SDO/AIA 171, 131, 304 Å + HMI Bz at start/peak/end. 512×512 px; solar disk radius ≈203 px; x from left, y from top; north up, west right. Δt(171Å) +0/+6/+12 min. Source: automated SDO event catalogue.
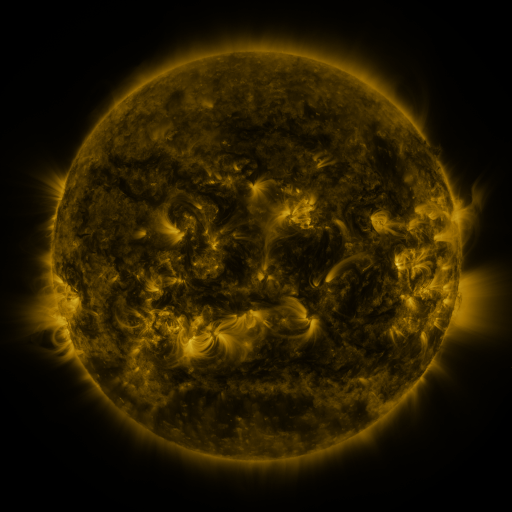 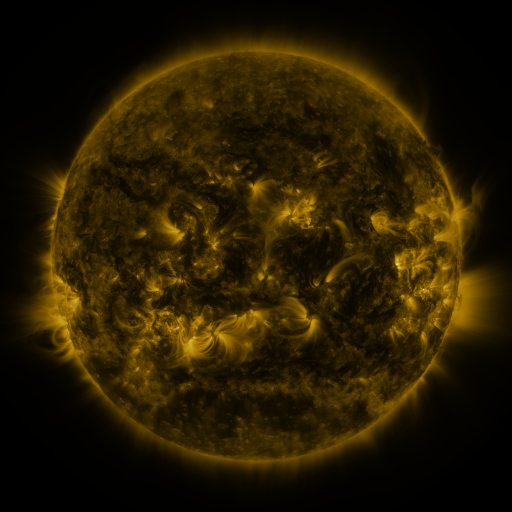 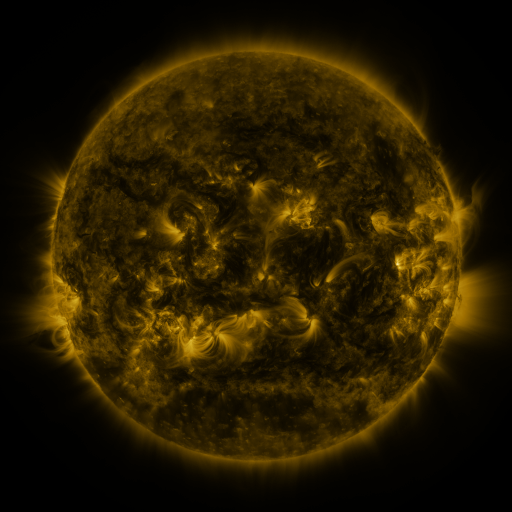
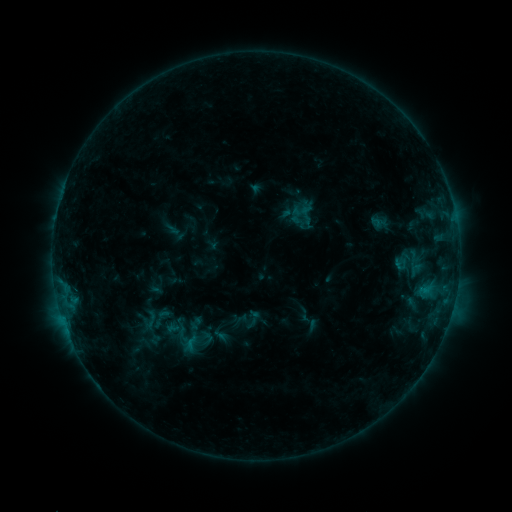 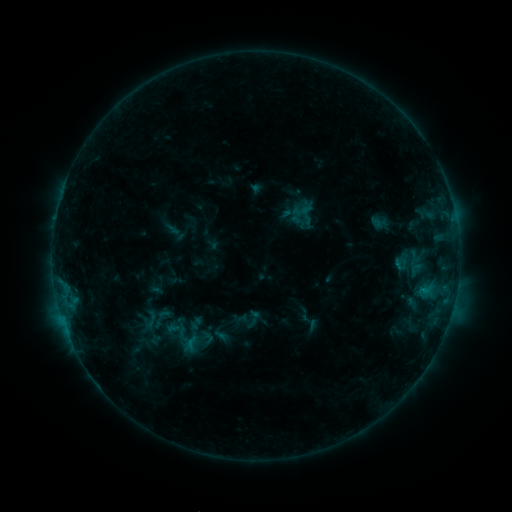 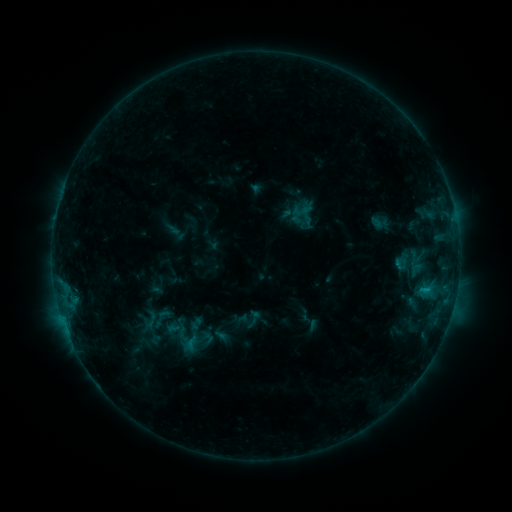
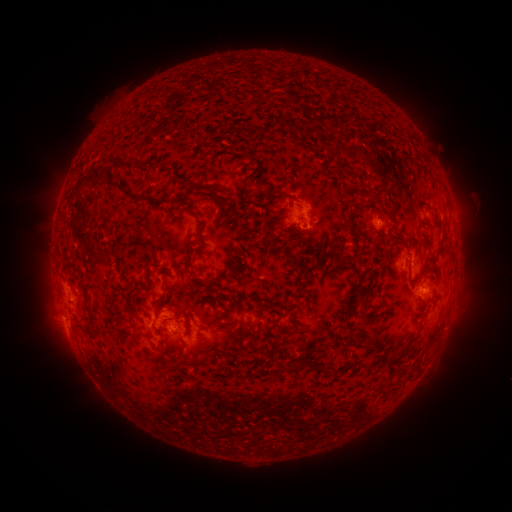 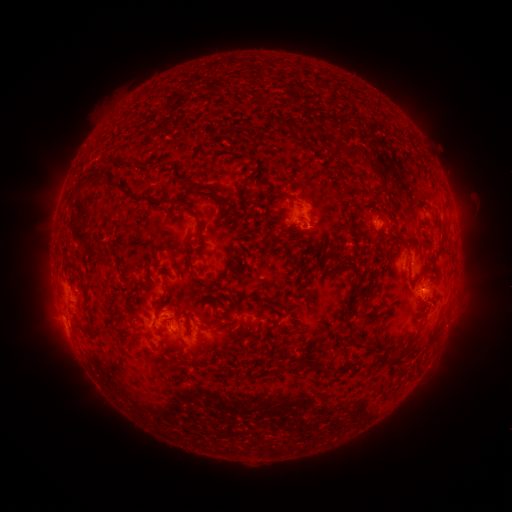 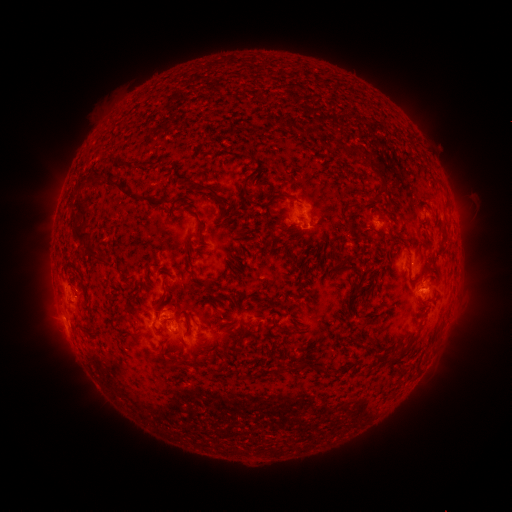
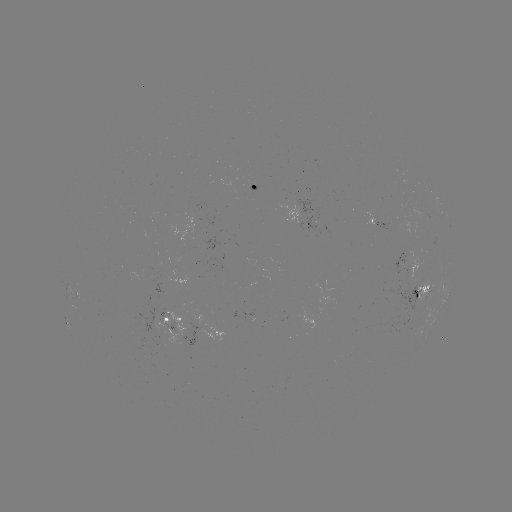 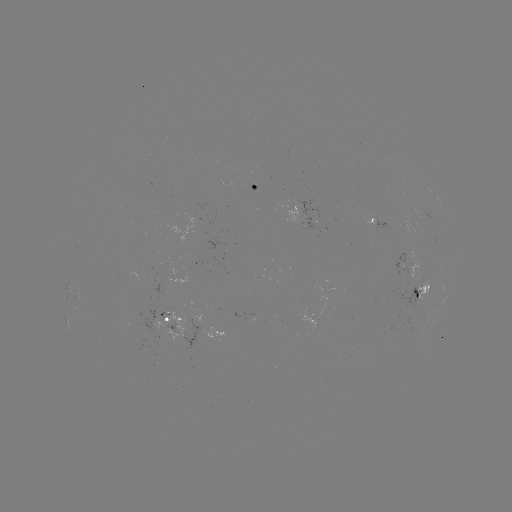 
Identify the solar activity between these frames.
no flare in any classed list; no EUV-trigger detection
